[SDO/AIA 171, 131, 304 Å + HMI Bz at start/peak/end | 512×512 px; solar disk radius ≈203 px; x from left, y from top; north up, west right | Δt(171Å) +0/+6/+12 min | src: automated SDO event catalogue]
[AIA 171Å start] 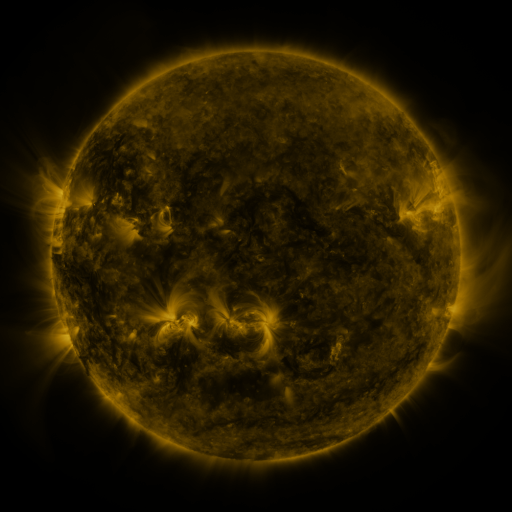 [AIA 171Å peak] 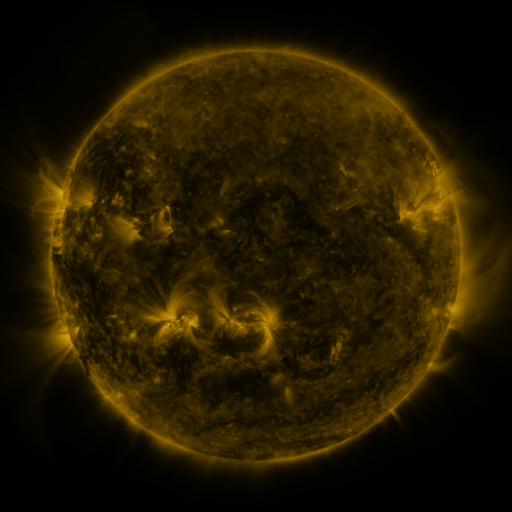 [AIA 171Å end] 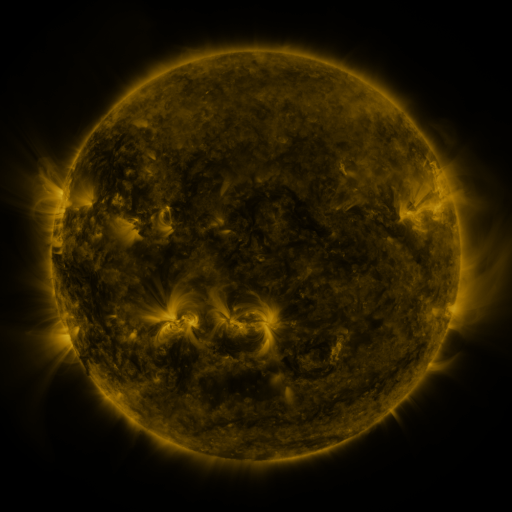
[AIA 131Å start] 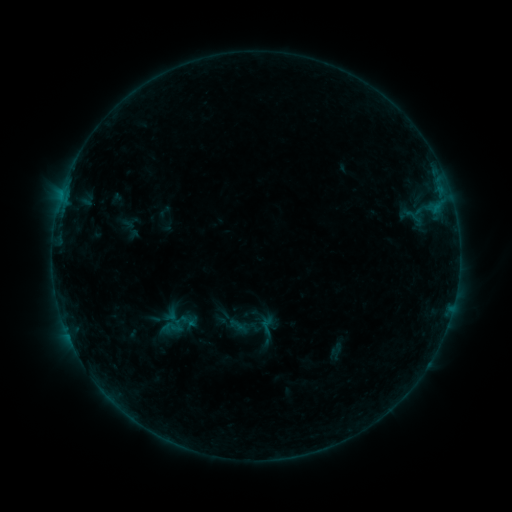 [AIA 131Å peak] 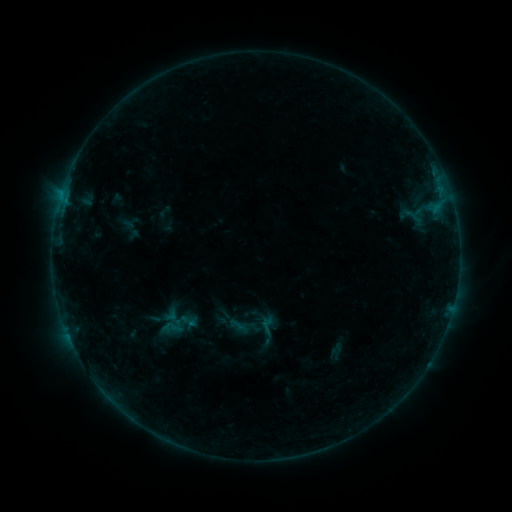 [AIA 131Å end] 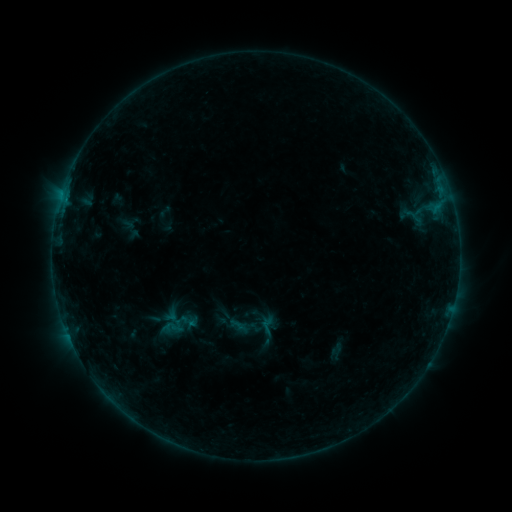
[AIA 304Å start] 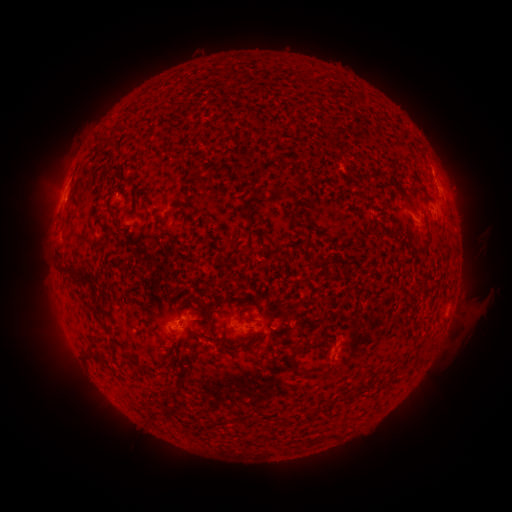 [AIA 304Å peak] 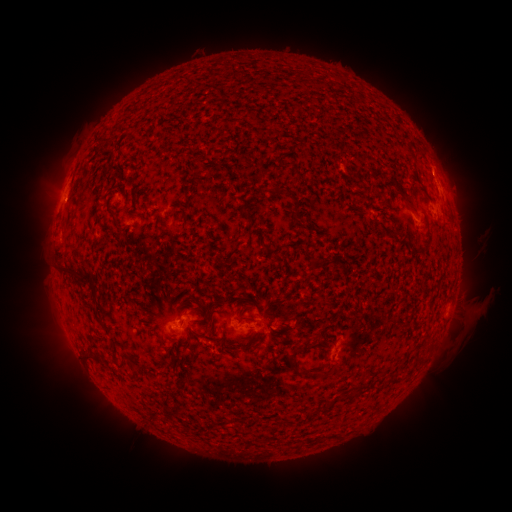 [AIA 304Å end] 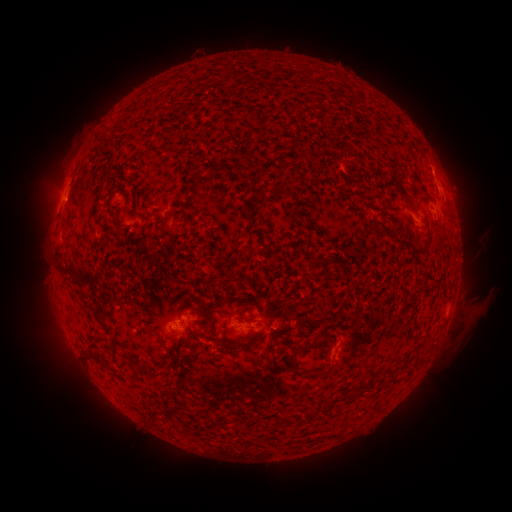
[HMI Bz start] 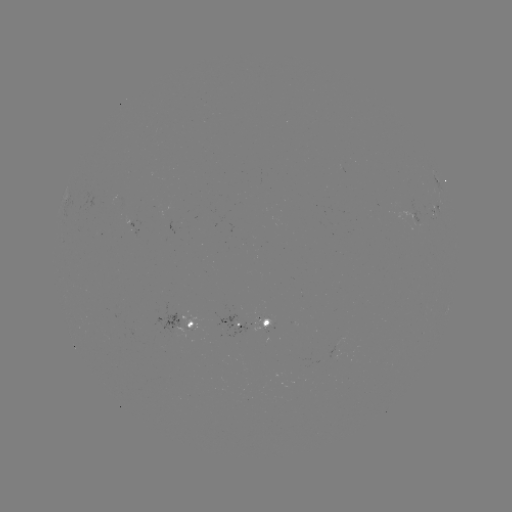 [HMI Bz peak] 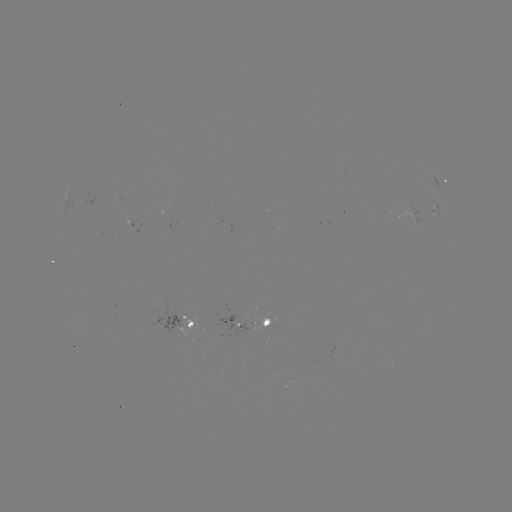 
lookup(B2.9 flare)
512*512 (67, 202)